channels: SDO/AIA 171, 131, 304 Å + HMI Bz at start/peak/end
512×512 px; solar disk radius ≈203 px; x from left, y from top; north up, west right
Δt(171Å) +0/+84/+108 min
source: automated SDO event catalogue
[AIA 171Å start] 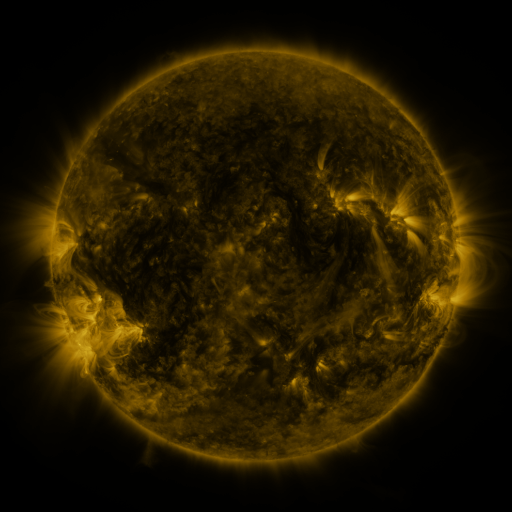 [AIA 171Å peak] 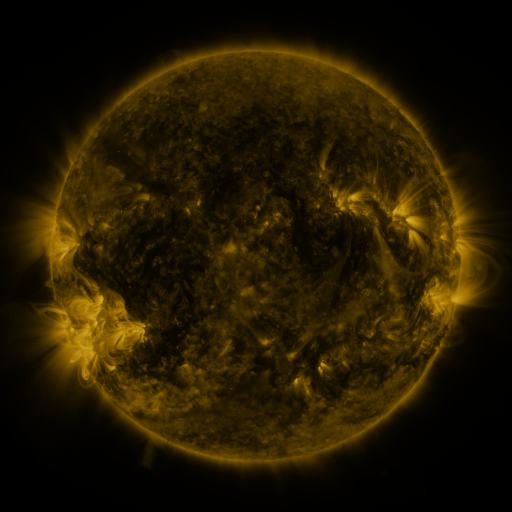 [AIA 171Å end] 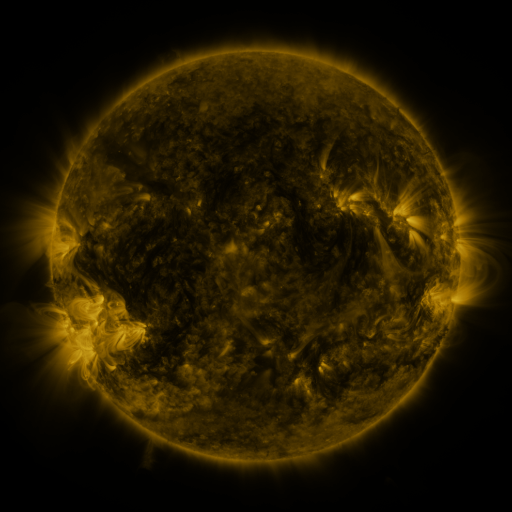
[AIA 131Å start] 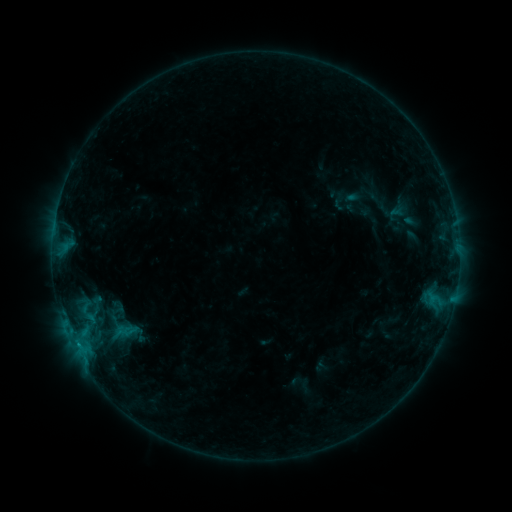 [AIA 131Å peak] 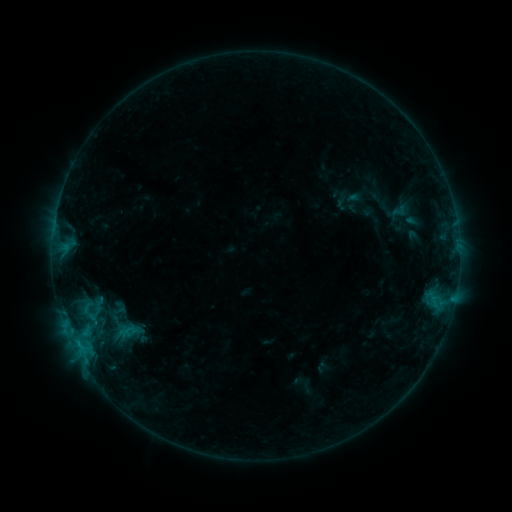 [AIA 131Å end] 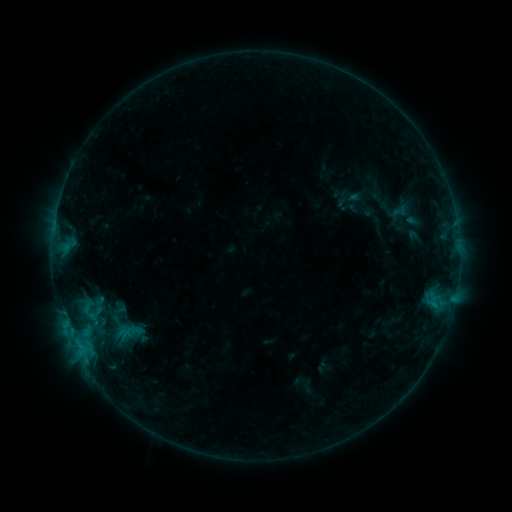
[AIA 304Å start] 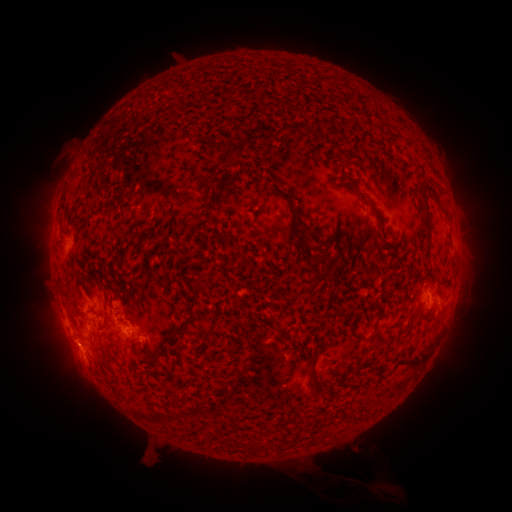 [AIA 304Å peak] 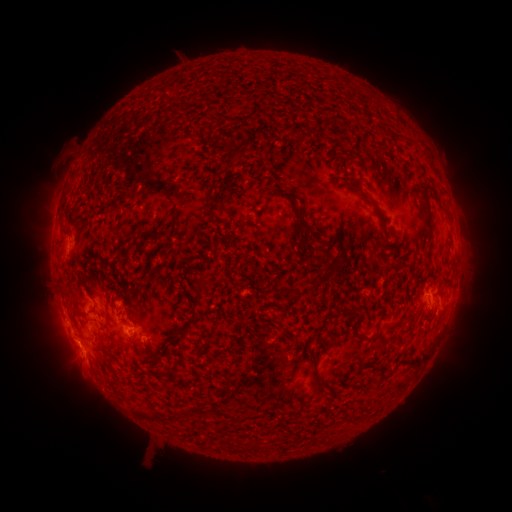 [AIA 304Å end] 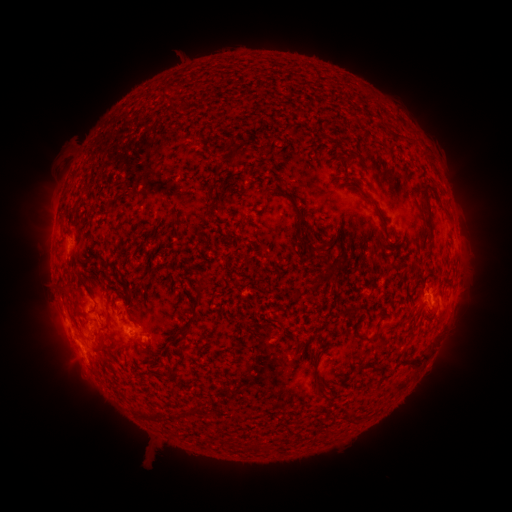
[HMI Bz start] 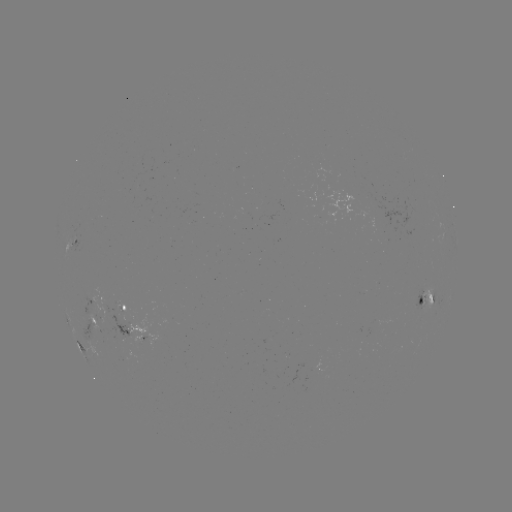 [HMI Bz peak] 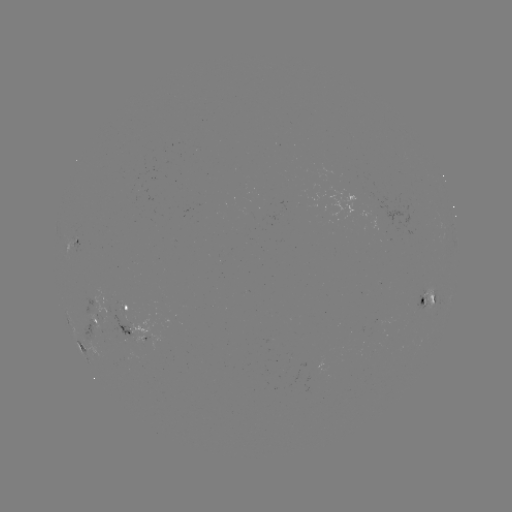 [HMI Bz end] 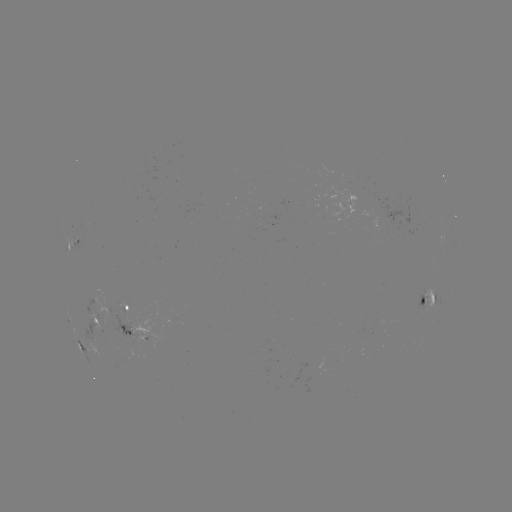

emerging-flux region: <bbox>80, 287, 104, 313</bbox>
